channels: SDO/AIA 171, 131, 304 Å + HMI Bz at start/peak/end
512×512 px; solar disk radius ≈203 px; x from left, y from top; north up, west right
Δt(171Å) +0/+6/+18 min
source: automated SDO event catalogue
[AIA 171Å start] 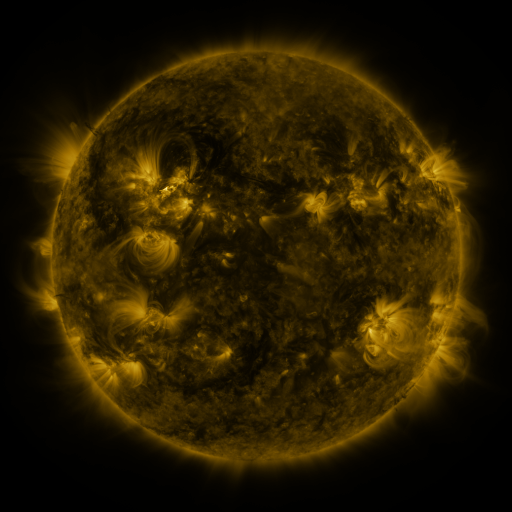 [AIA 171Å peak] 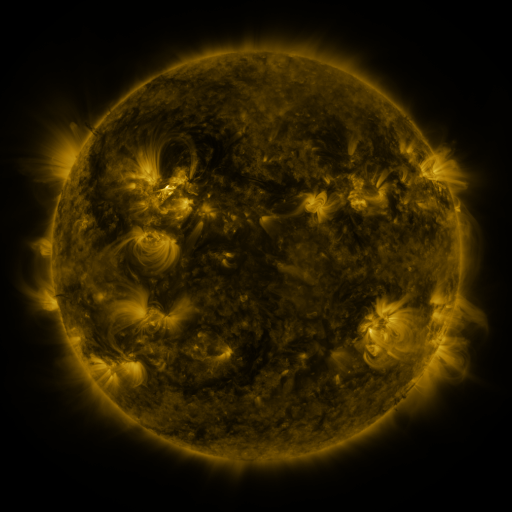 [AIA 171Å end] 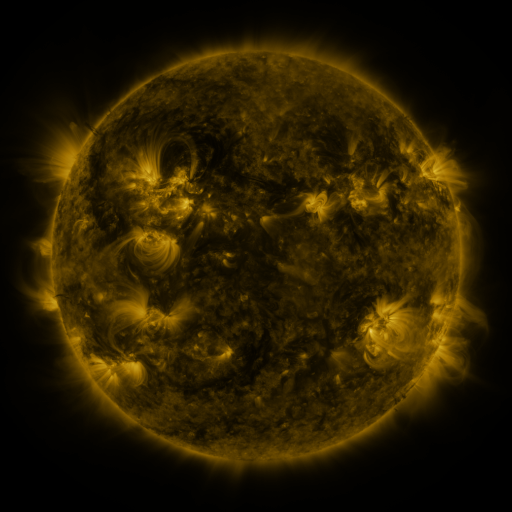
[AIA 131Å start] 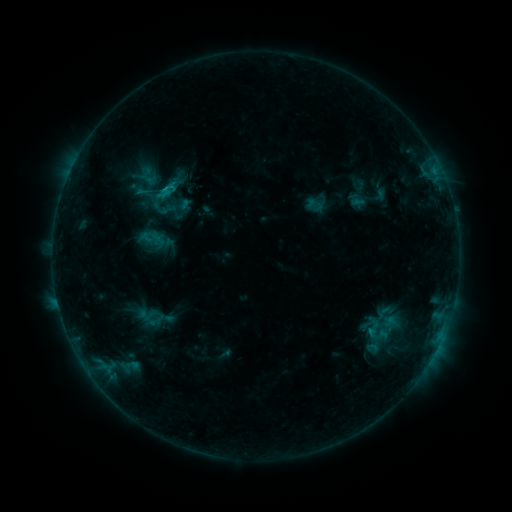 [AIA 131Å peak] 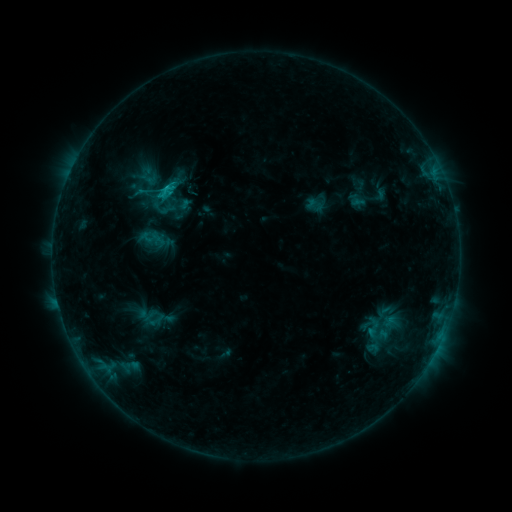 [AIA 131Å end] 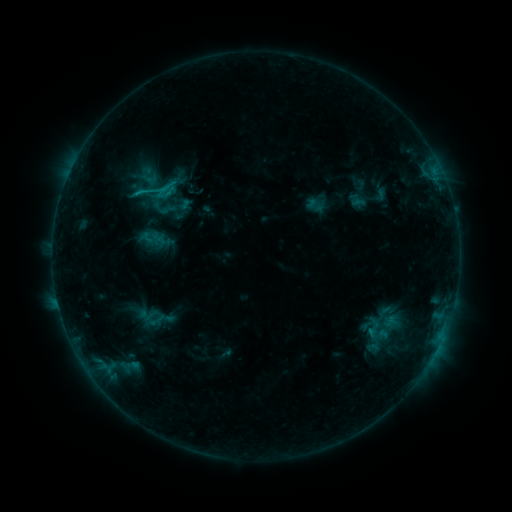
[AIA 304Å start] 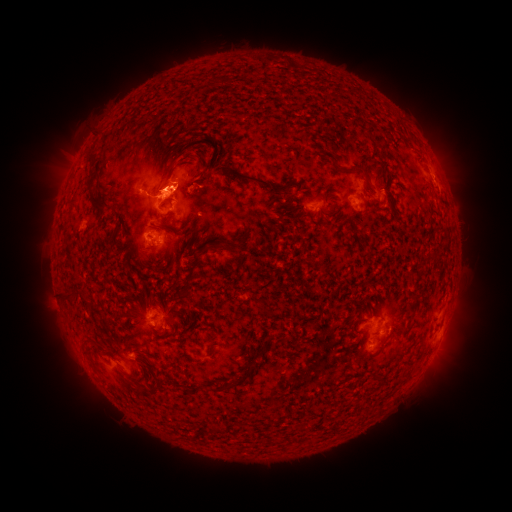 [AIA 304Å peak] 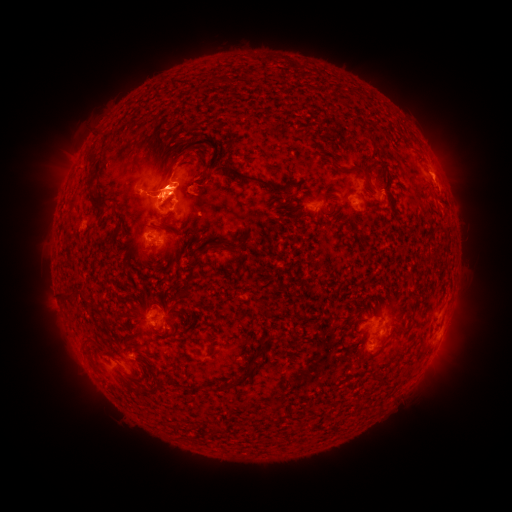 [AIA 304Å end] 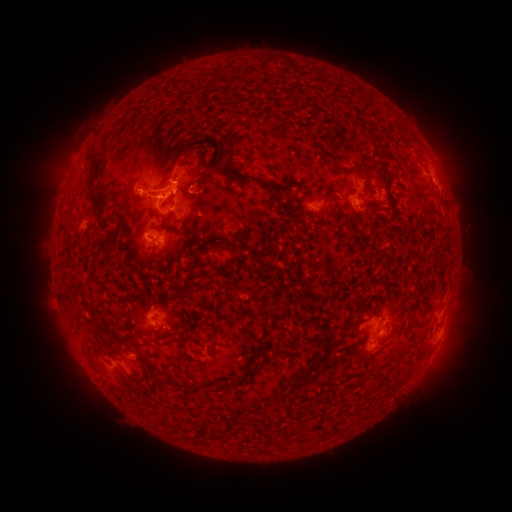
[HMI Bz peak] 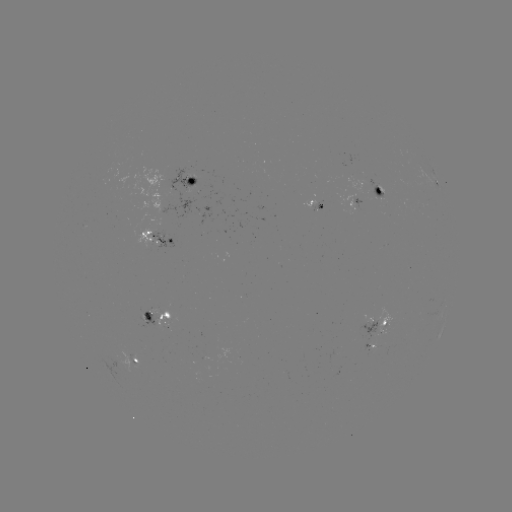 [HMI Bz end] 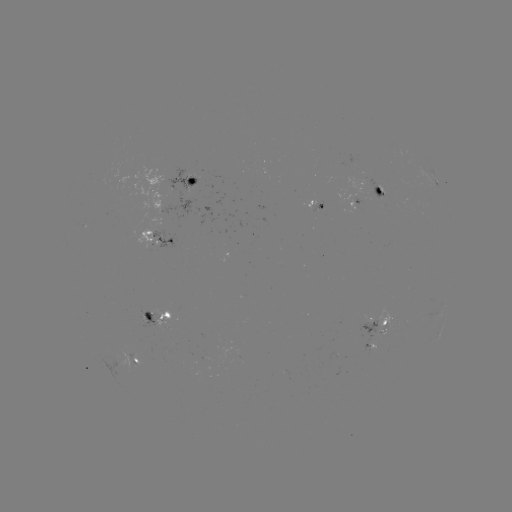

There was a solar flare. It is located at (174, 187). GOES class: C1.5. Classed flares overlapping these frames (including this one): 1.